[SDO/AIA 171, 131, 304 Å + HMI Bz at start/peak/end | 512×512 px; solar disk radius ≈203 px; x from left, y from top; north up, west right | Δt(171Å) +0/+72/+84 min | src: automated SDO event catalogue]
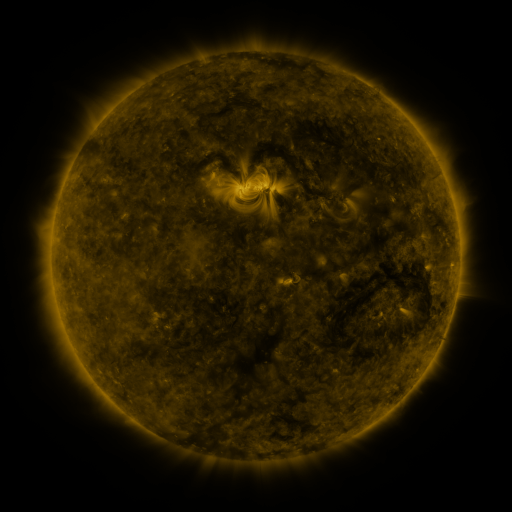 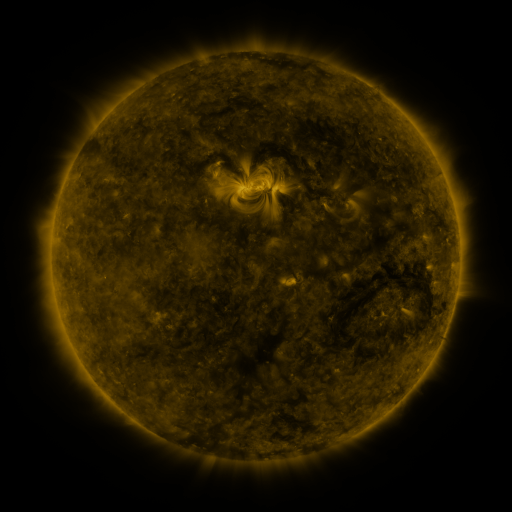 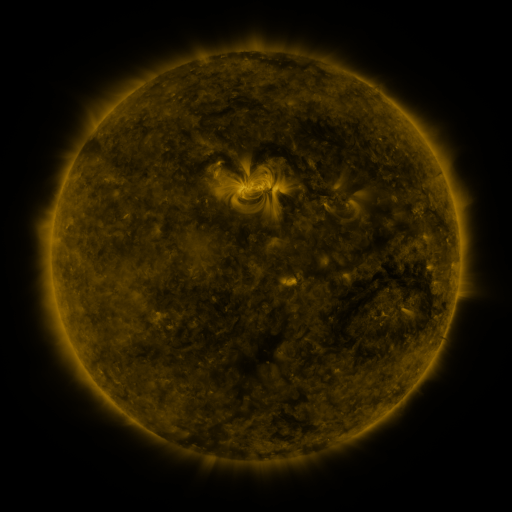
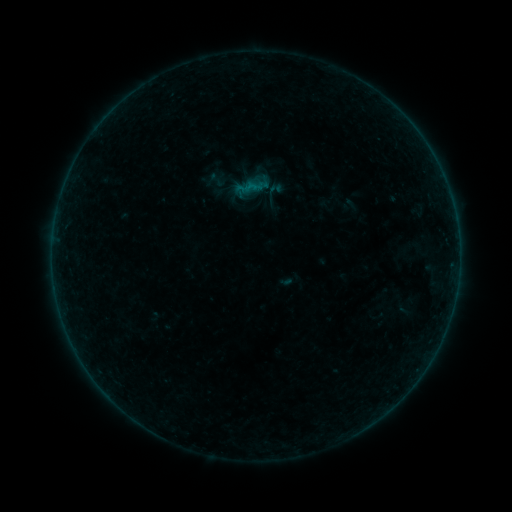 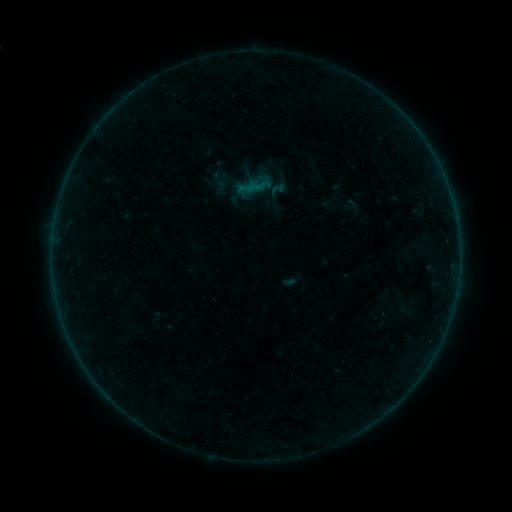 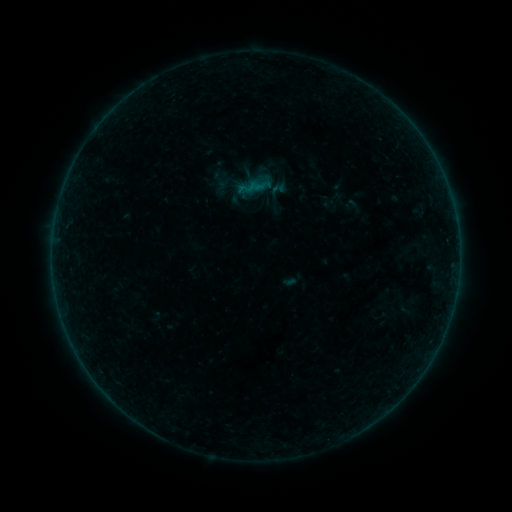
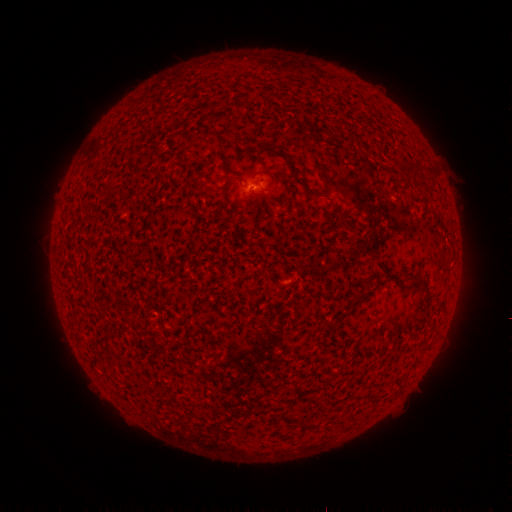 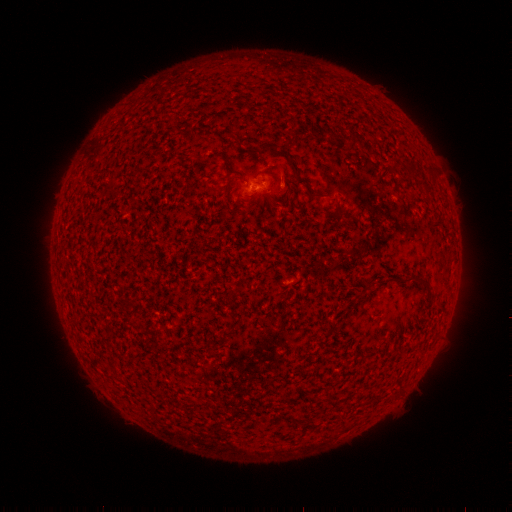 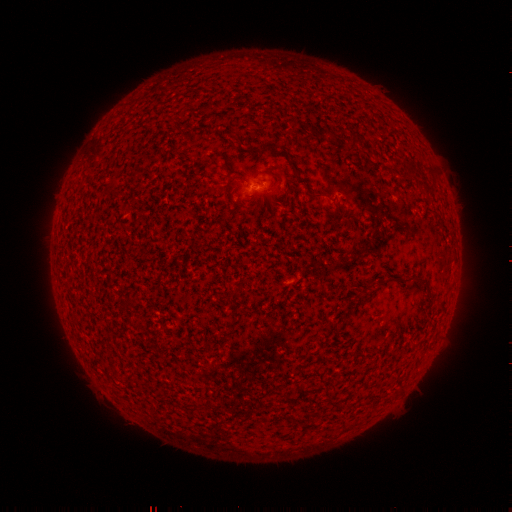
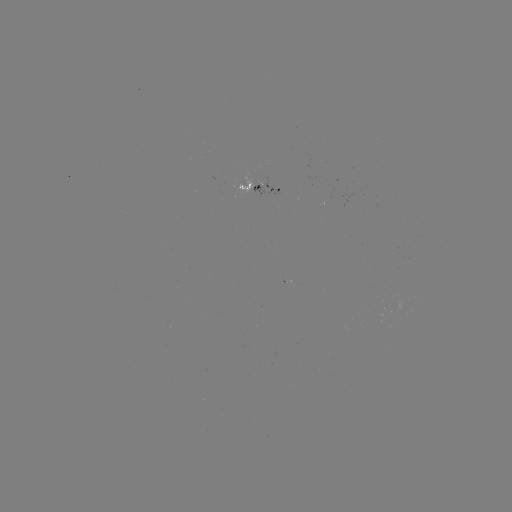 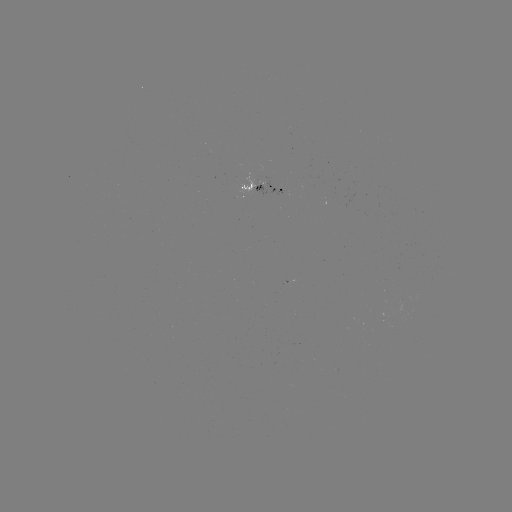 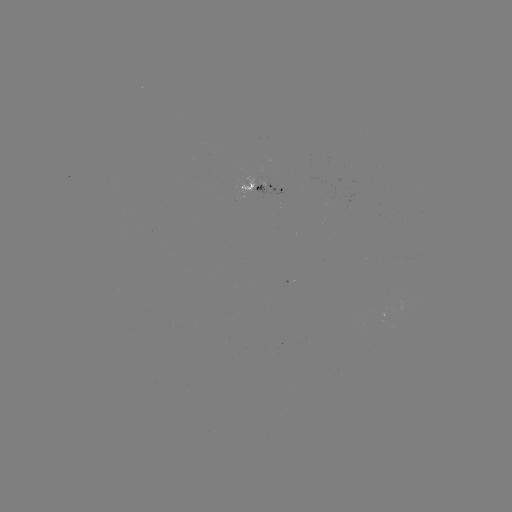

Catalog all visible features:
emerging-flux region: (266, 186)
